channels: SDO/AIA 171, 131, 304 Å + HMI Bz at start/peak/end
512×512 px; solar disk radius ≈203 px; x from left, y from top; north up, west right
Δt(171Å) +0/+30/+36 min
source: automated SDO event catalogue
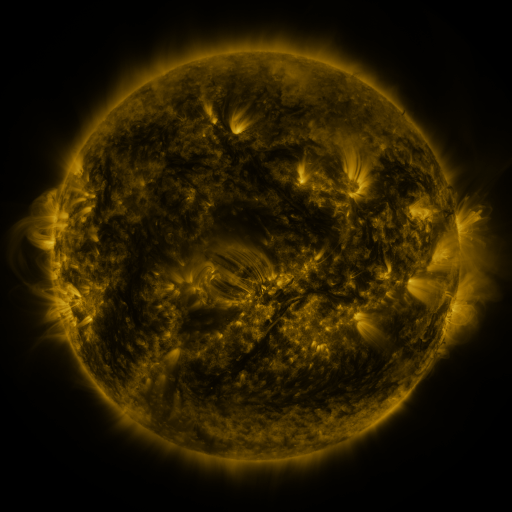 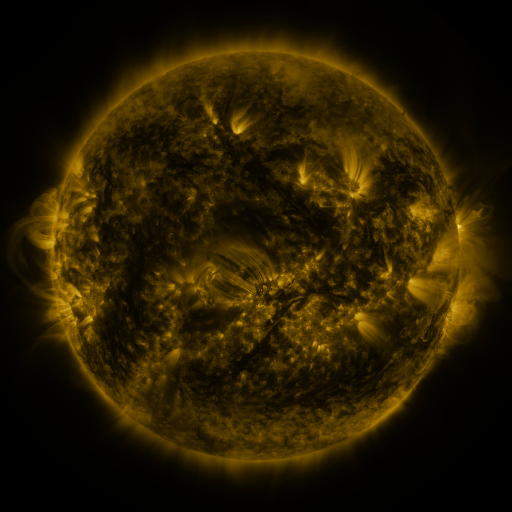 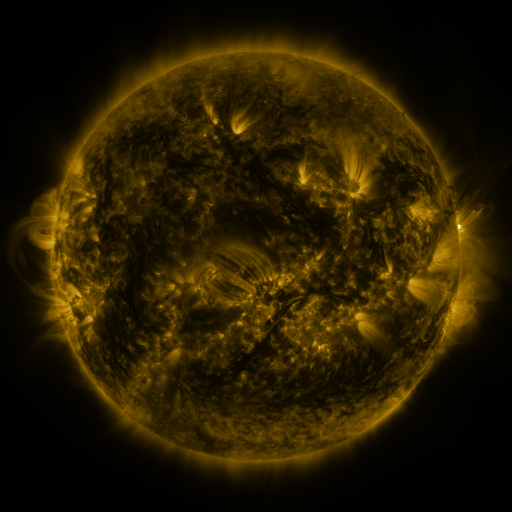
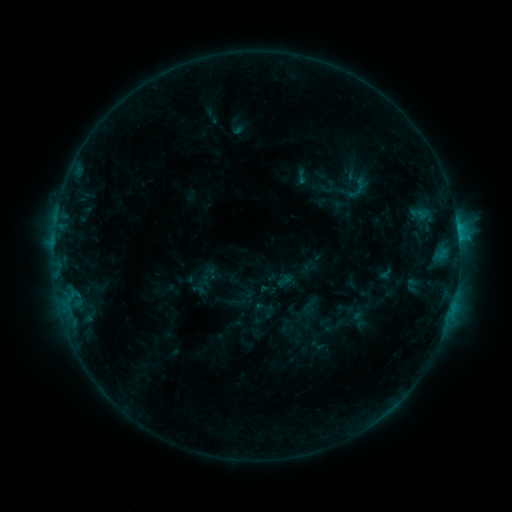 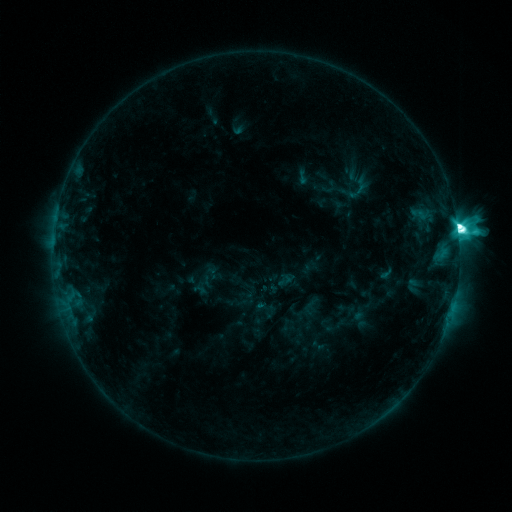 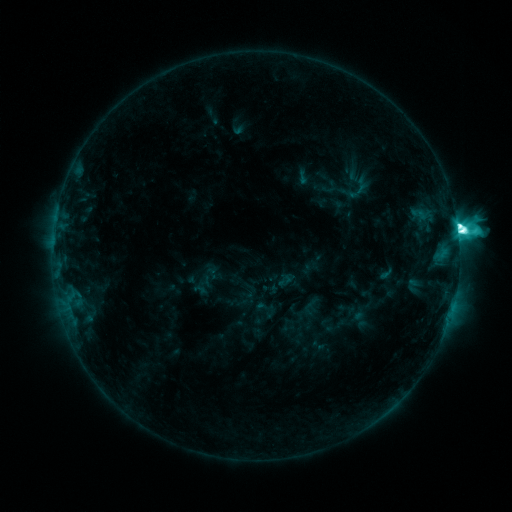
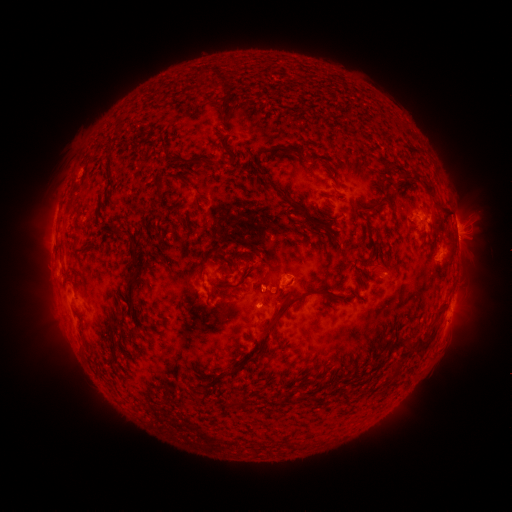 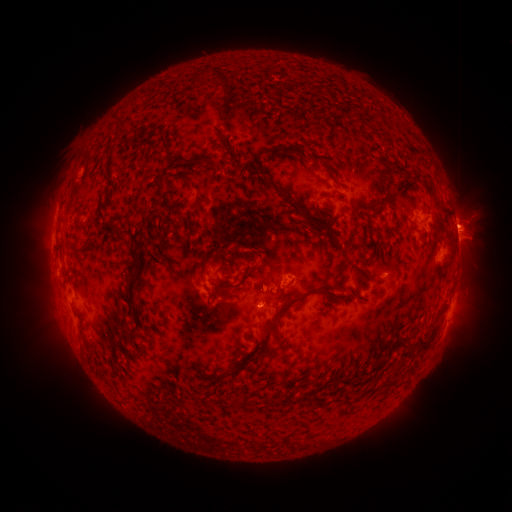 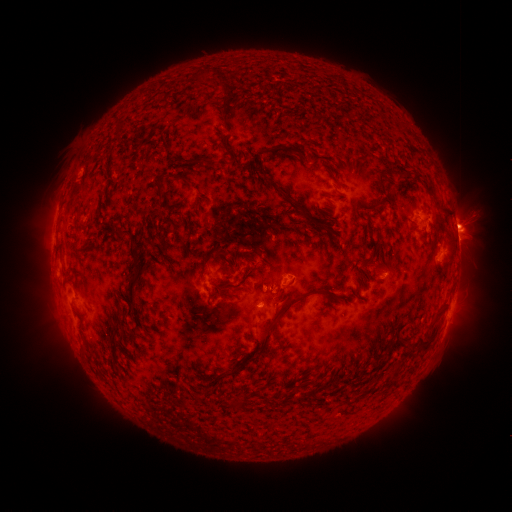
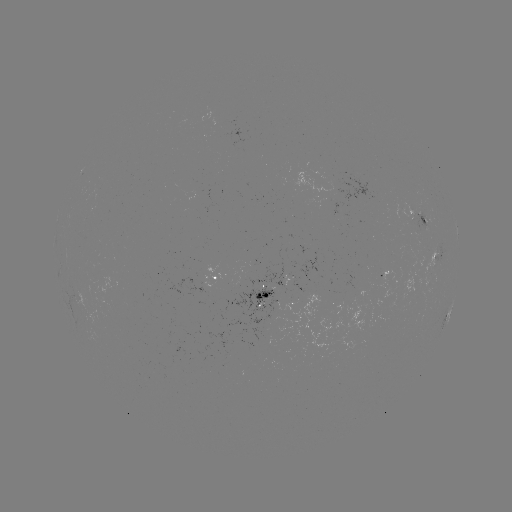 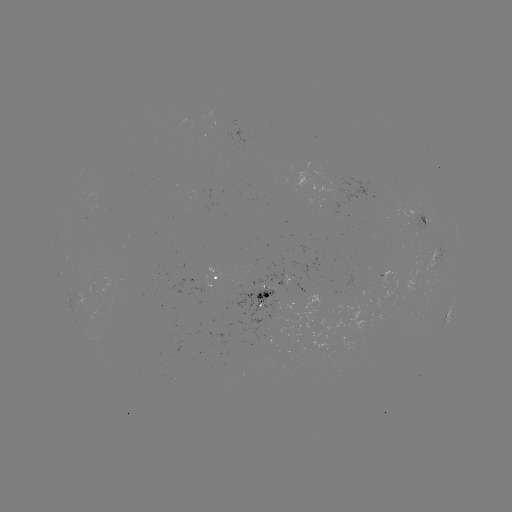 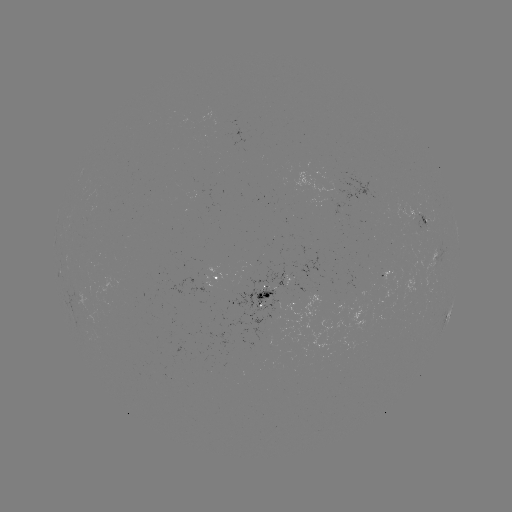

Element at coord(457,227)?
M2.2 flare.